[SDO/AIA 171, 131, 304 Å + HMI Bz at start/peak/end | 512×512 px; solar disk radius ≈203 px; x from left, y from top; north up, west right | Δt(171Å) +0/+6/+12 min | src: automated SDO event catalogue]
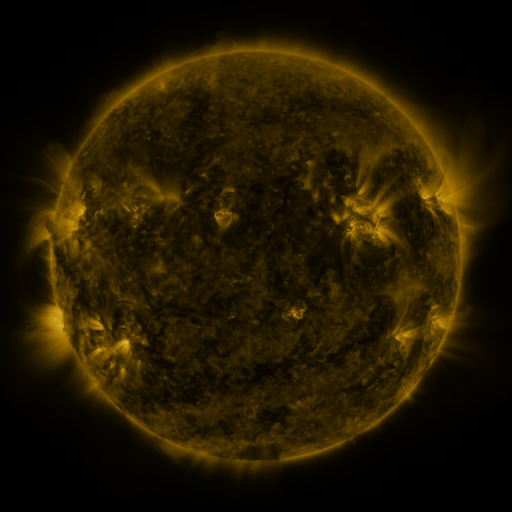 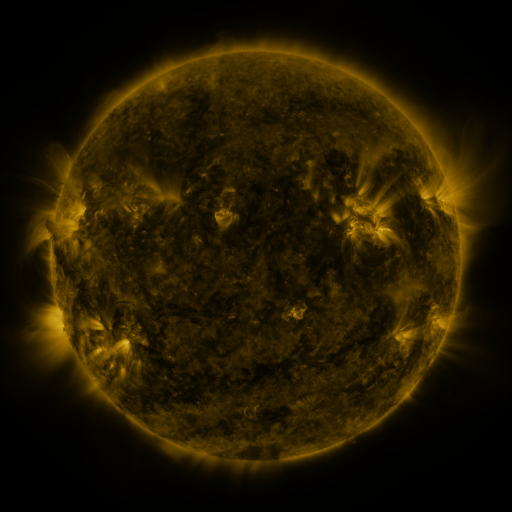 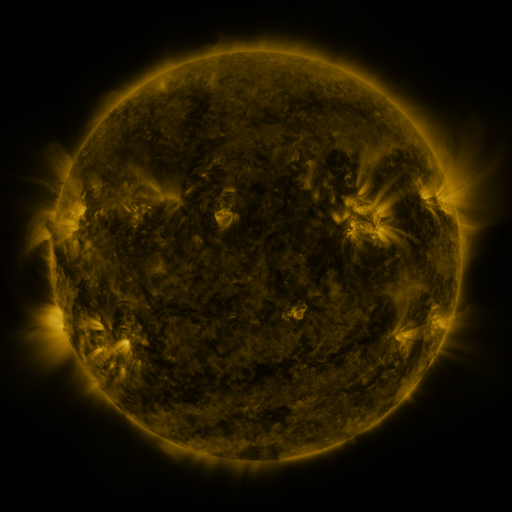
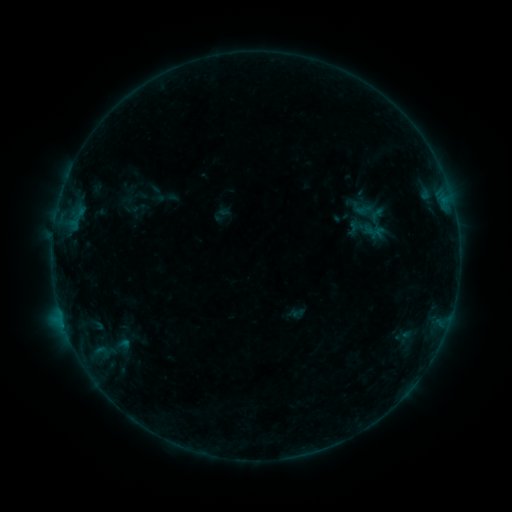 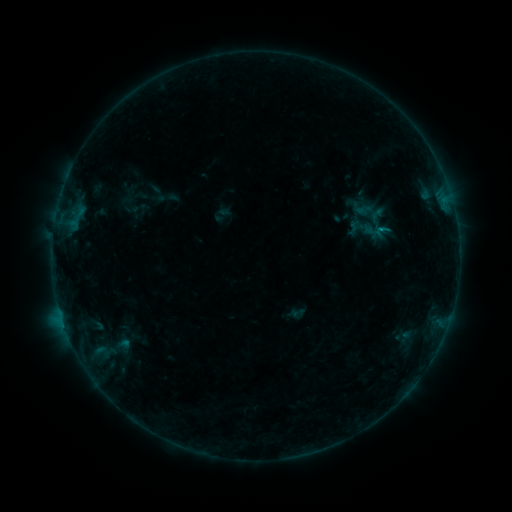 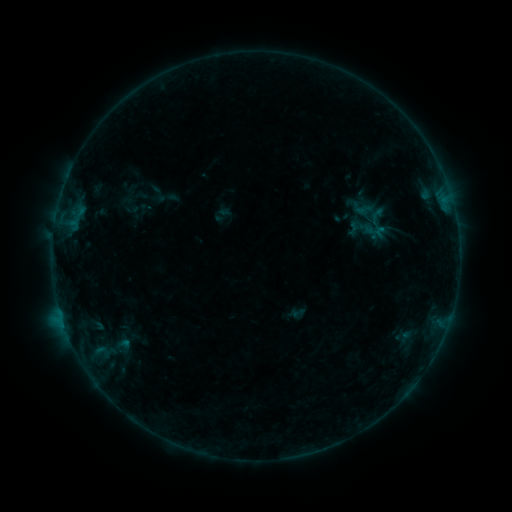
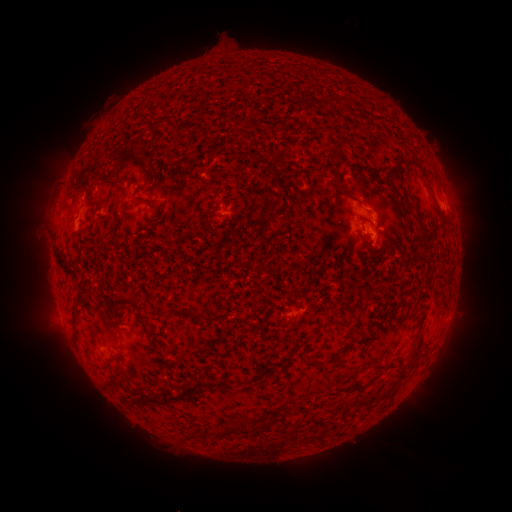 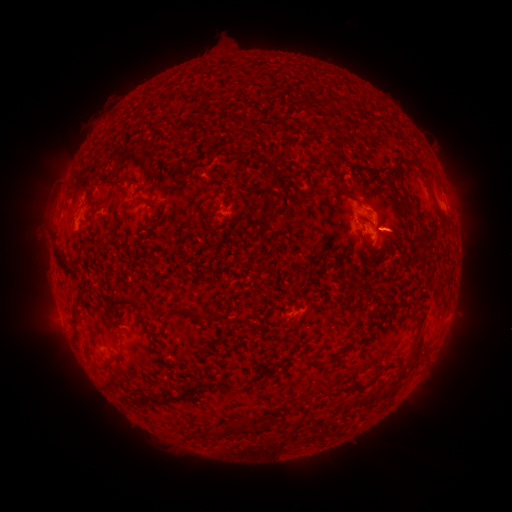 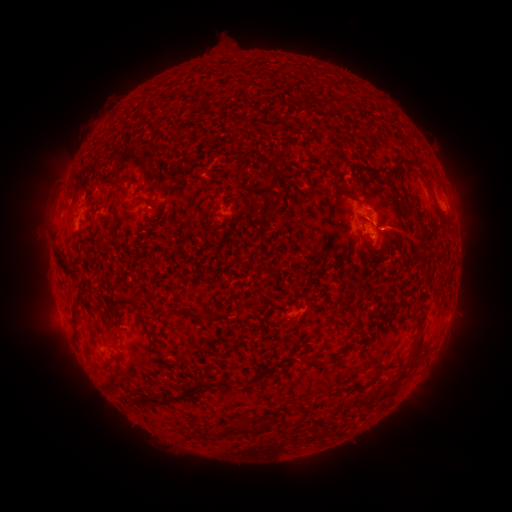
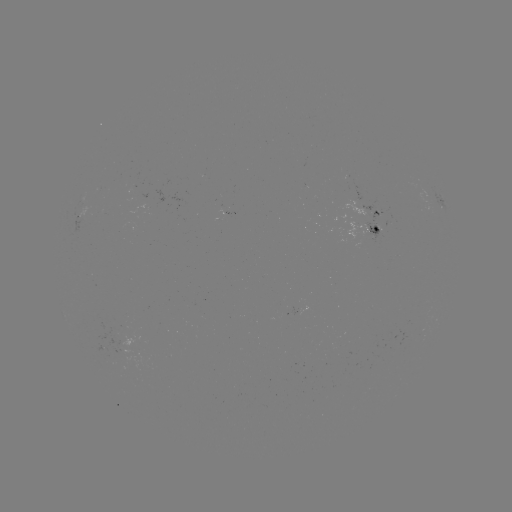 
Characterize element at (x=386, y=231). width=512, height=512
B2.6 flare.